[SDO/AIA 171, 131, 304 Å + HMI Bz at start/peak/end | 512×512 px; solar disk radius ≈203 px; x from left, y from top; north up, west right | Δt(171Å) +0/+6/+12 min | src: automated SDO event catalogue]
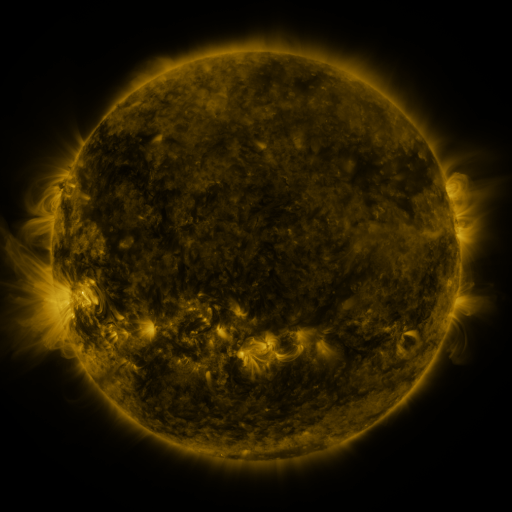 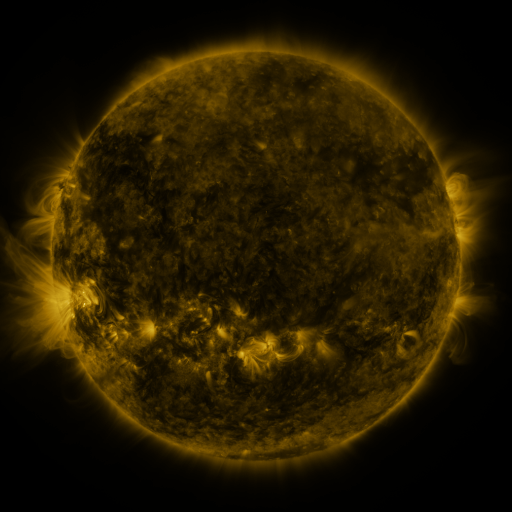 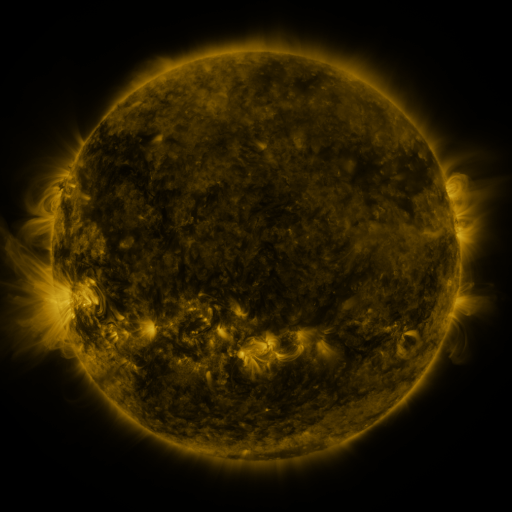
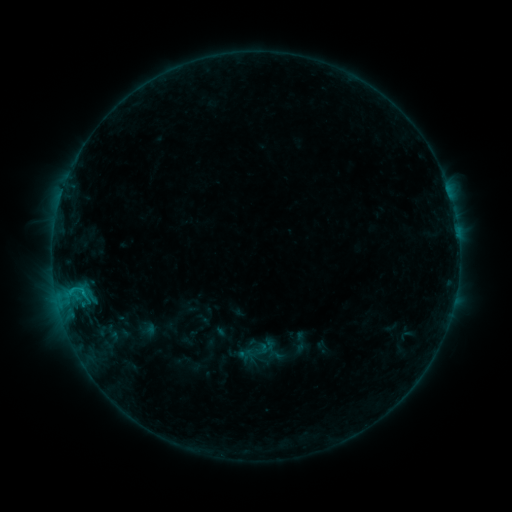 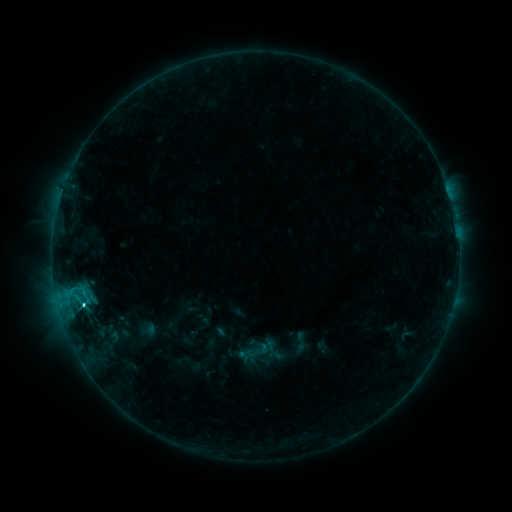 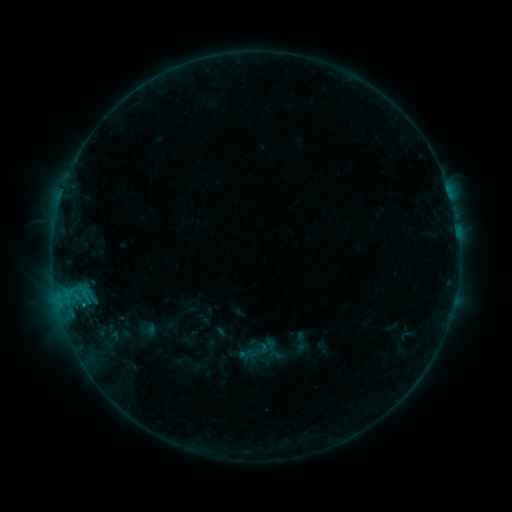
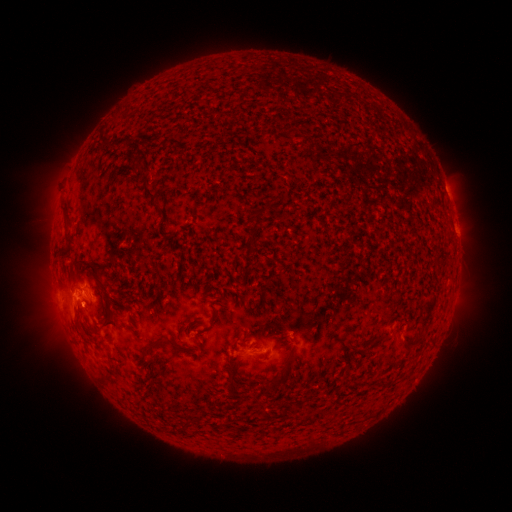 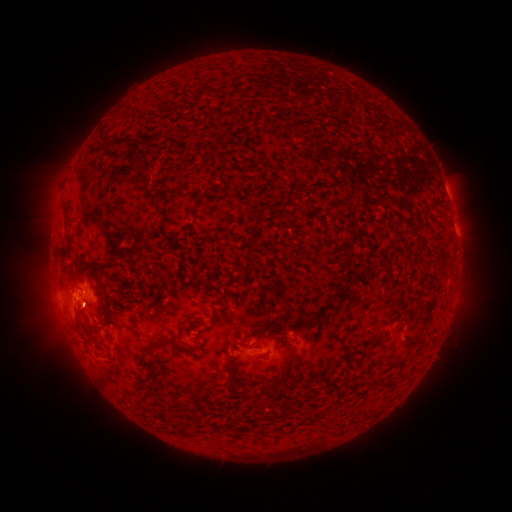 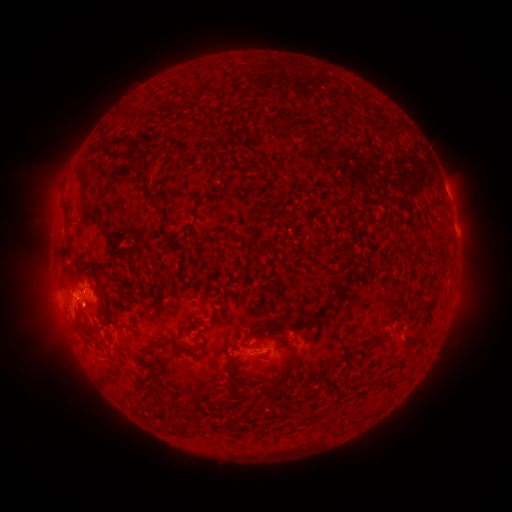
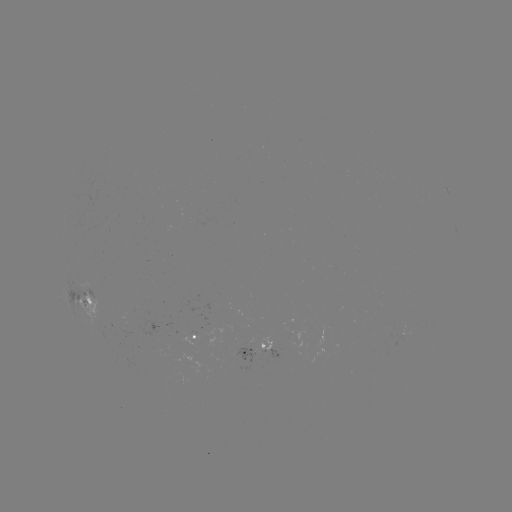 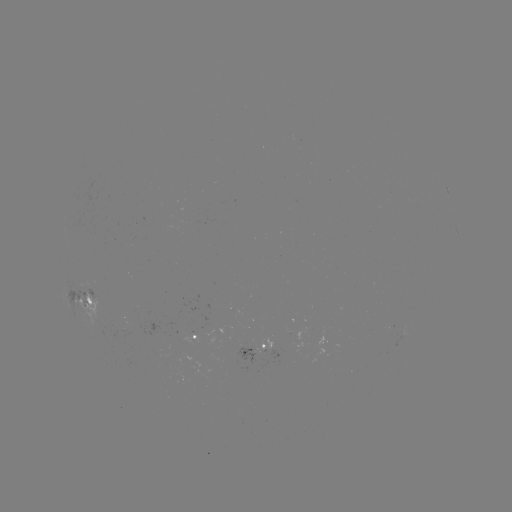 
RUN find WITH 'C1.7 flare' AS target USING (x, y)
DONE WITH (84, 305) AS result